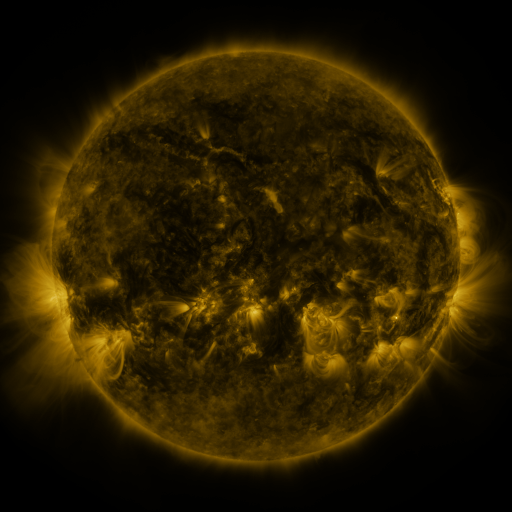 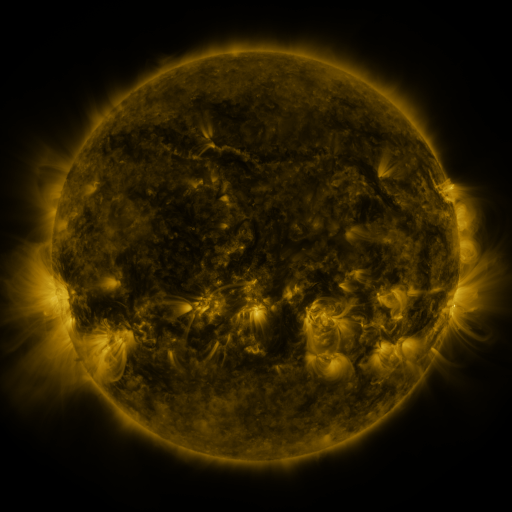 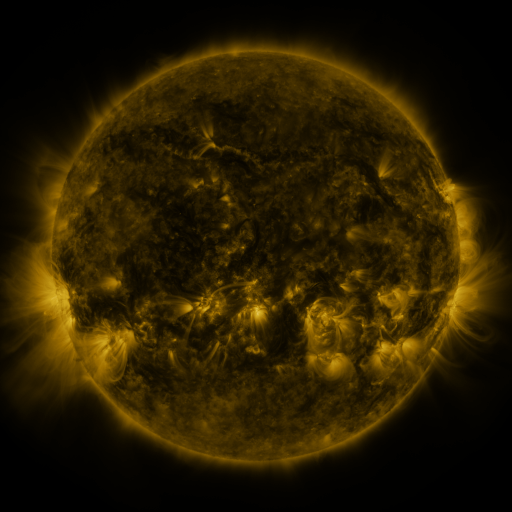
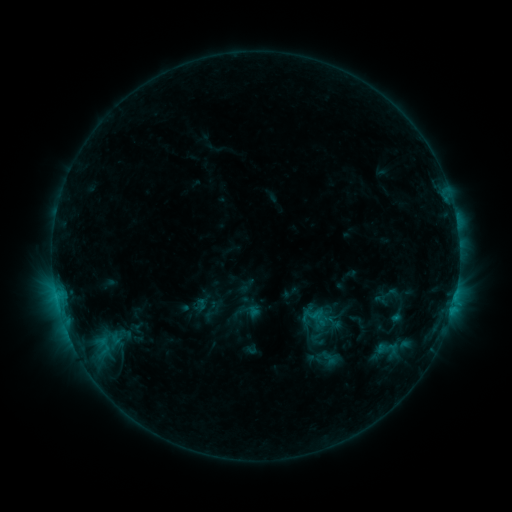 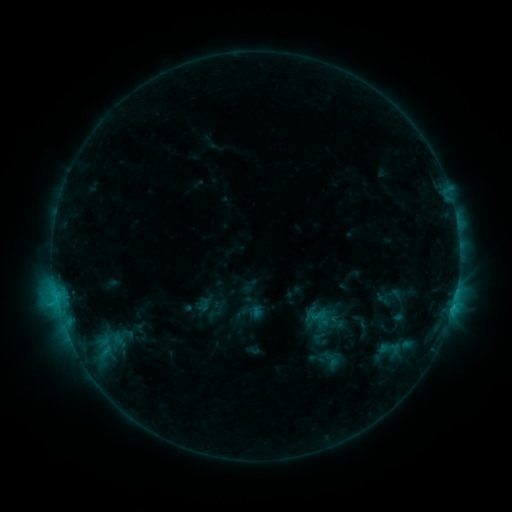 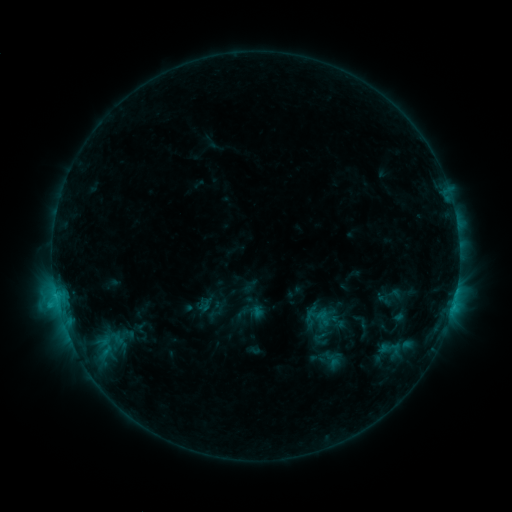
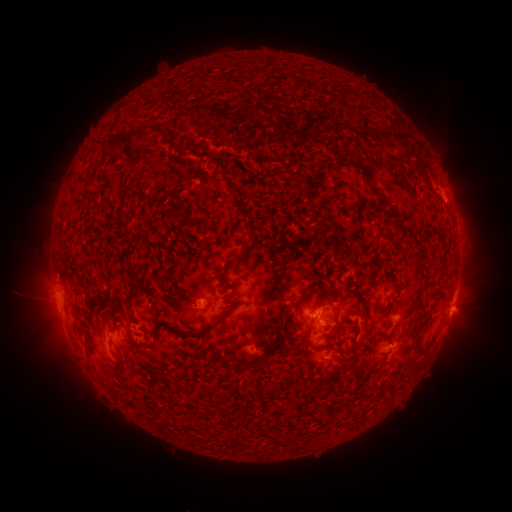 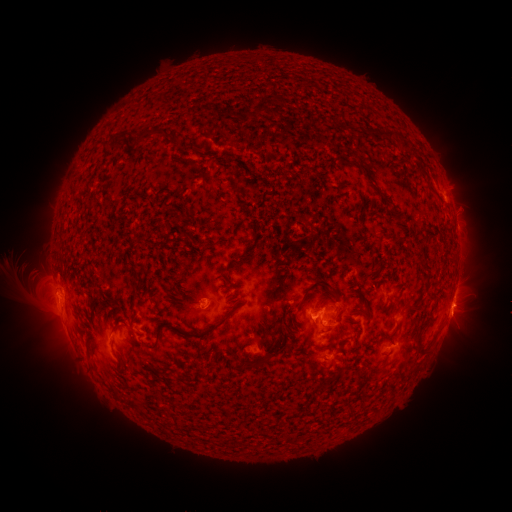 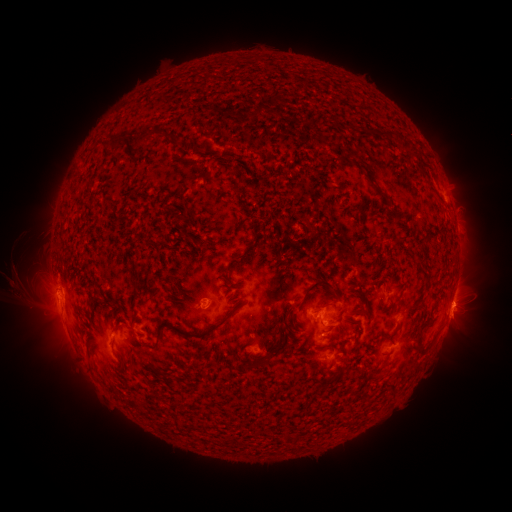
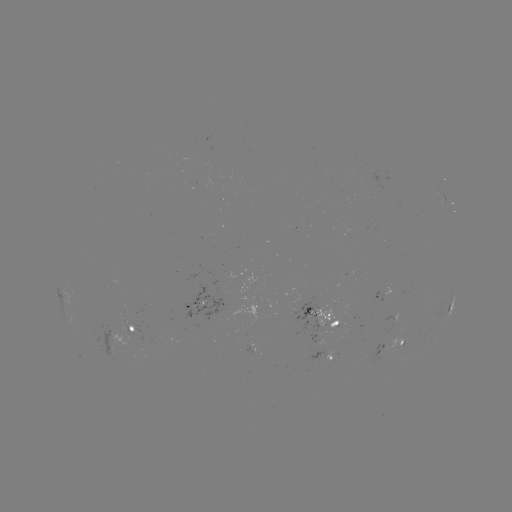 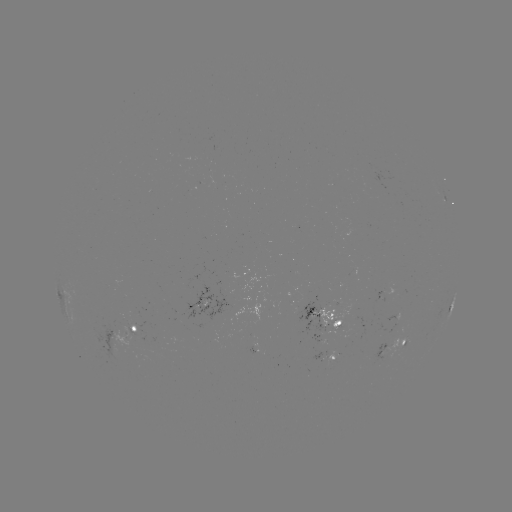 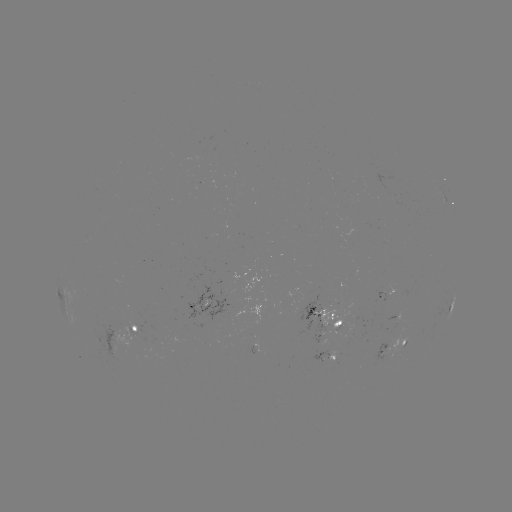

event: emerging-flux region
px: (323, 358)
